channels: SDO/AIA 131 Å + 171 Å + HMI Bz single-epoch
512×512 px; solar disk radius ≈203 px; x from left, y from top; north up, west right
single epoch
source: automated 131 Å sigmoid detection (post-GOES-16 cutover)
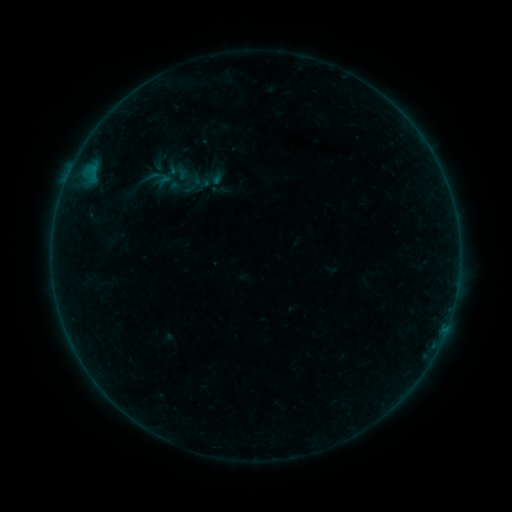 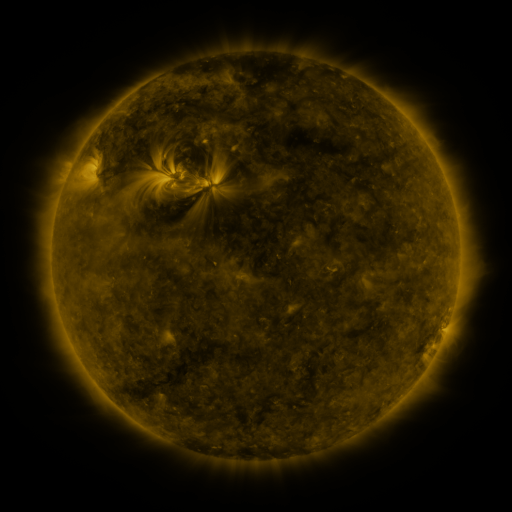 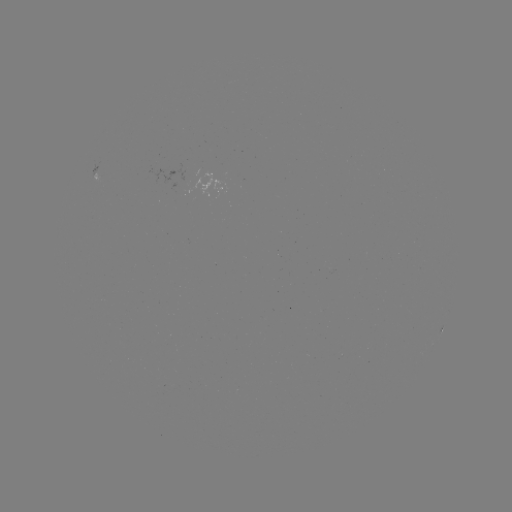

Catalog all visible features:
sigmoid: (179, 185)
